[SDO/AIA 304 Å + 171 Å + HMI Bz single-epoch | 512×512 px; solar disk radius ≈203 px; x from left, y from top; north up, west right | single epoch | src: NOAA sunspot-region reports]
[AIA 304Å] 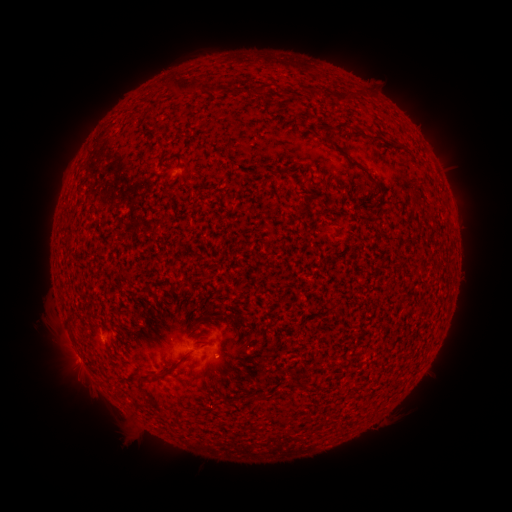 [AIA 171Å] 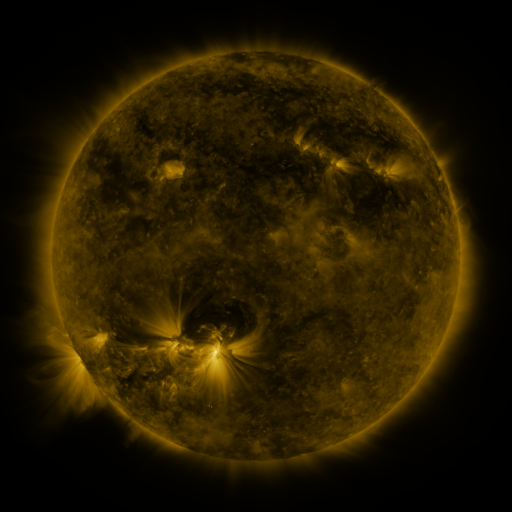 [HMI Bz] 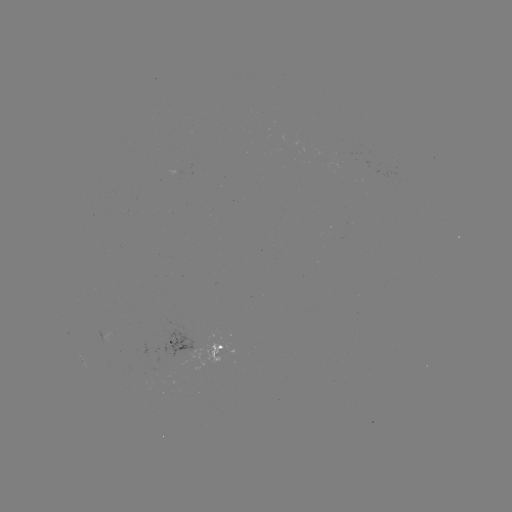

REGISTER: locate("spotted active region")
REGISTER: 196,348